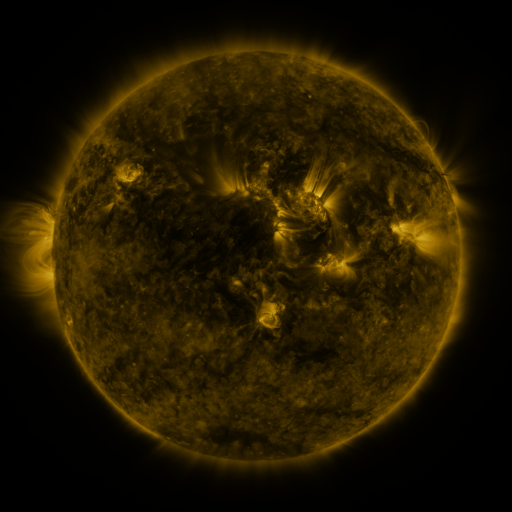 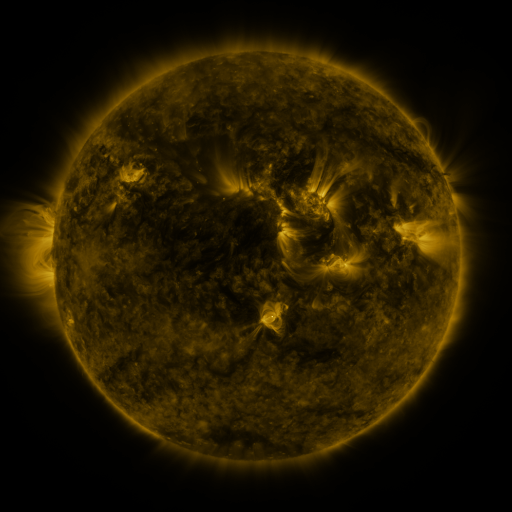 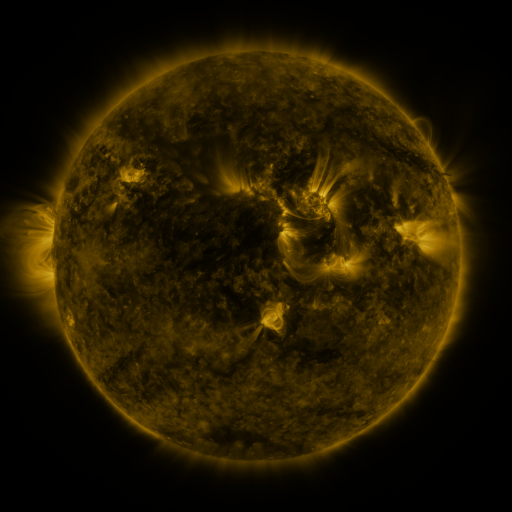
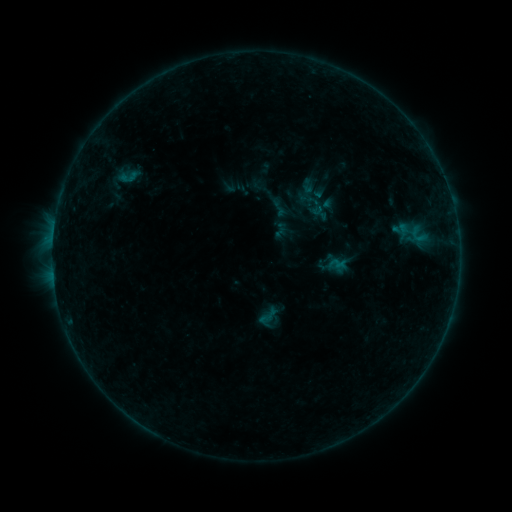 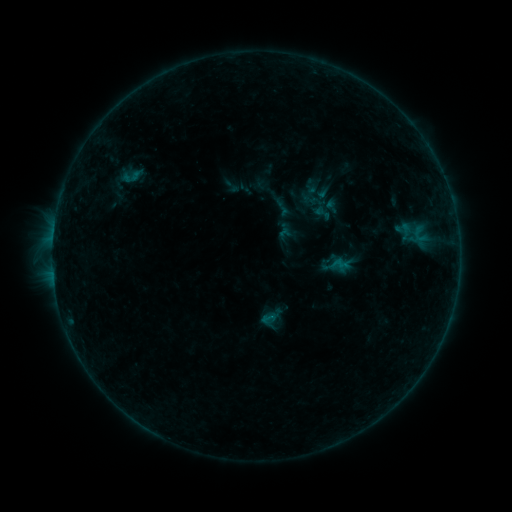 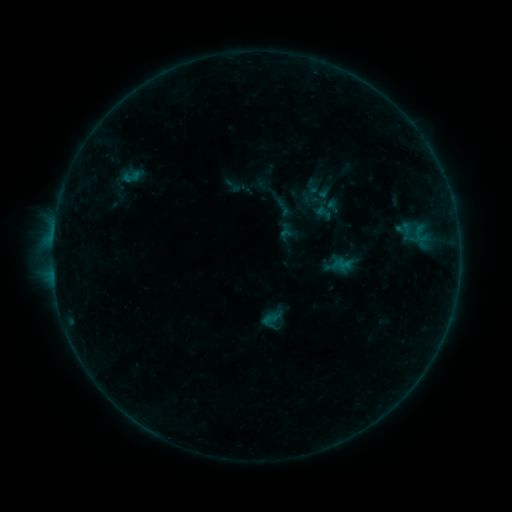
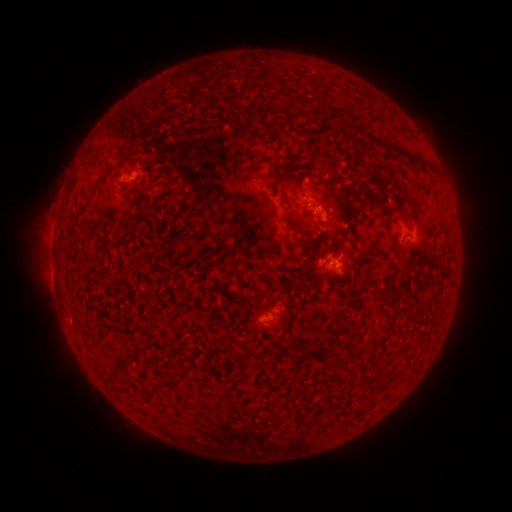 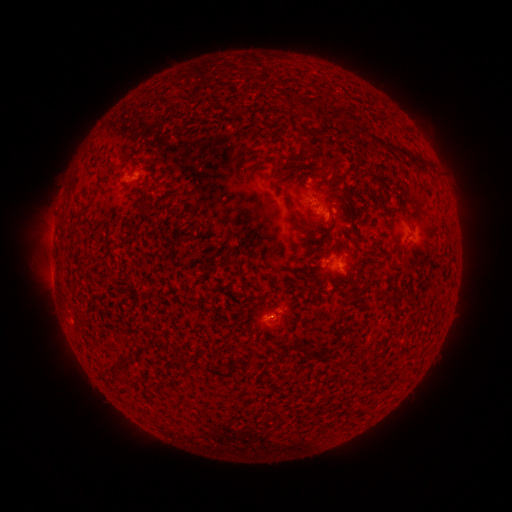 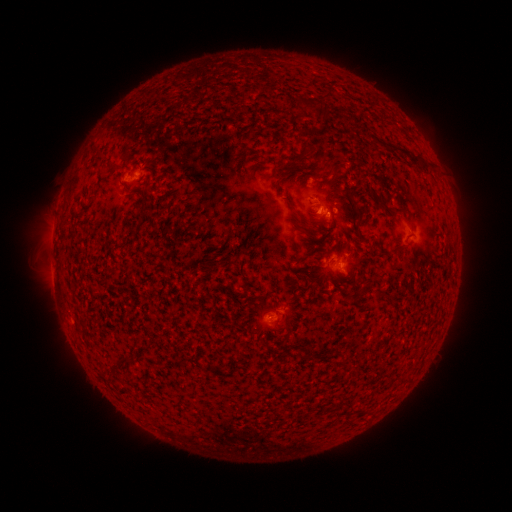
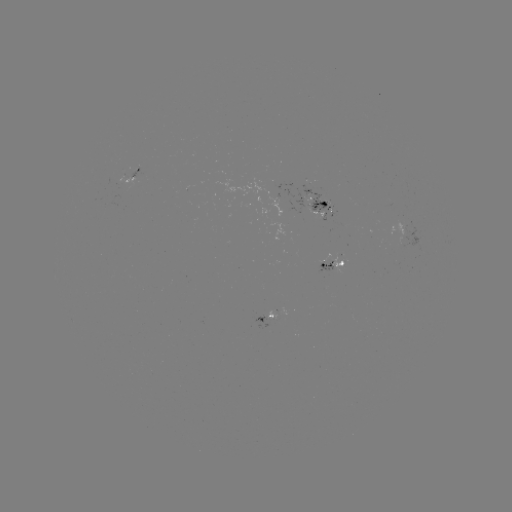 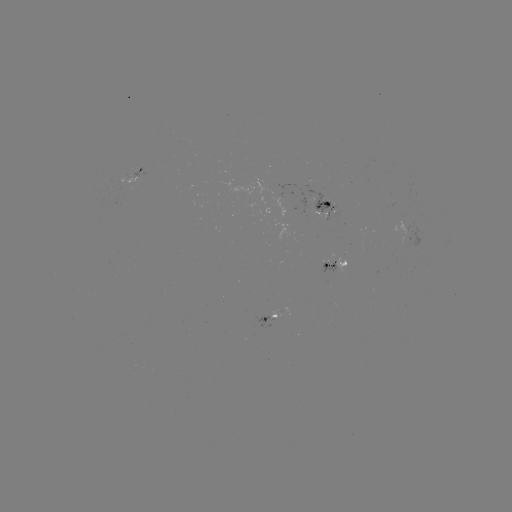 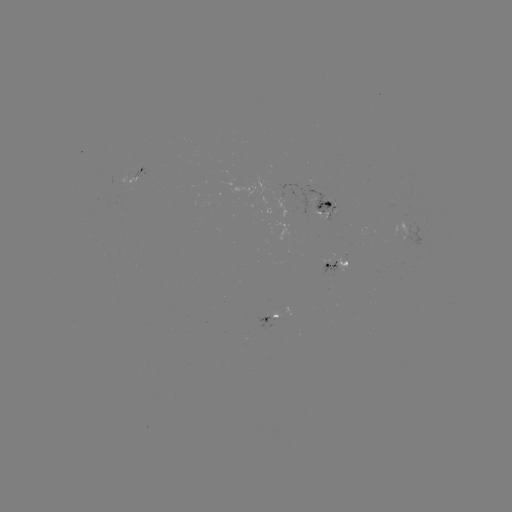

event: emerging-flux region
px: (342, 259)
